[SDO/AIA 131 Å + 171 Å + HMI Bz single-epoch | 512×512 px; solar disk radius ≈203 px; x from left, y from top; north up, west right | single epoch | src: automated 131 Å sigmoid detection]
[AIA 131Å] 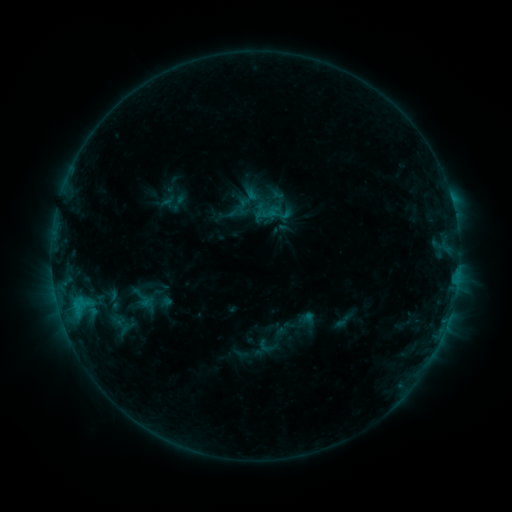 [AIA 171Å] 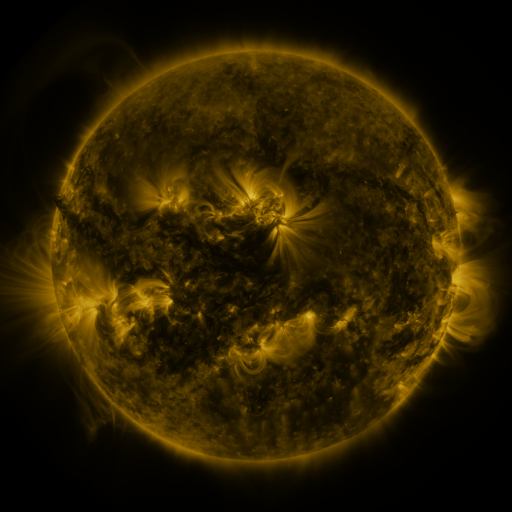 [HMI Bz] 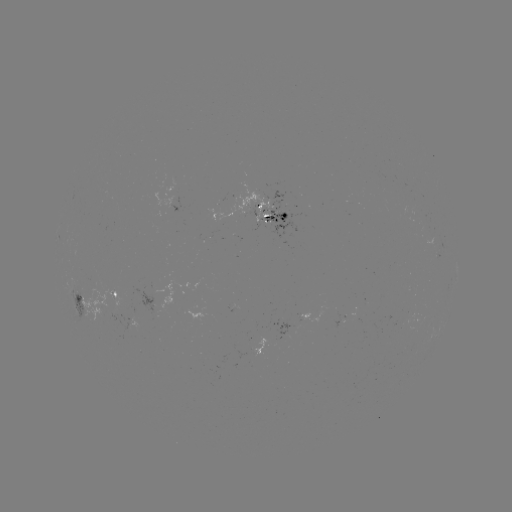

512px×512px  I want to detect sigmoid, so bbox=[265, 203, 282, 219].